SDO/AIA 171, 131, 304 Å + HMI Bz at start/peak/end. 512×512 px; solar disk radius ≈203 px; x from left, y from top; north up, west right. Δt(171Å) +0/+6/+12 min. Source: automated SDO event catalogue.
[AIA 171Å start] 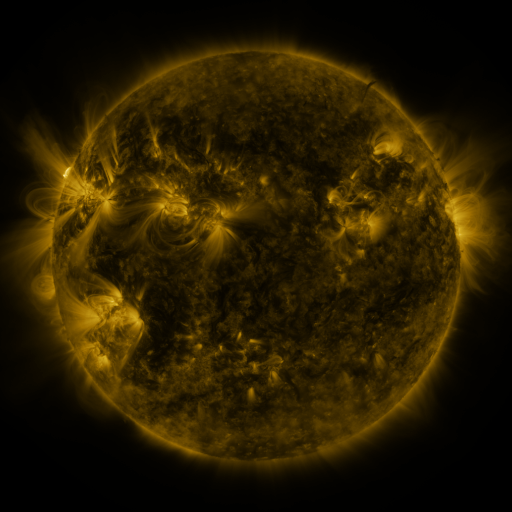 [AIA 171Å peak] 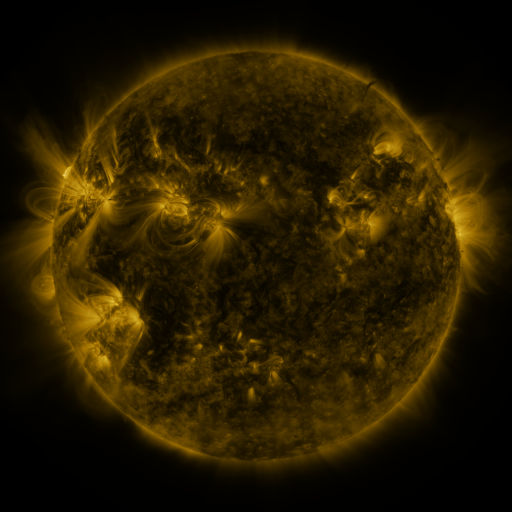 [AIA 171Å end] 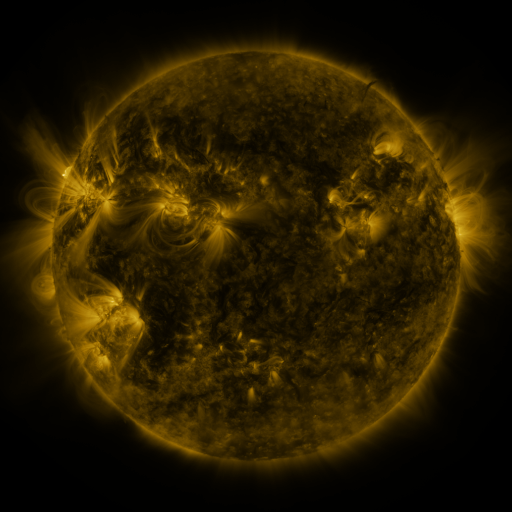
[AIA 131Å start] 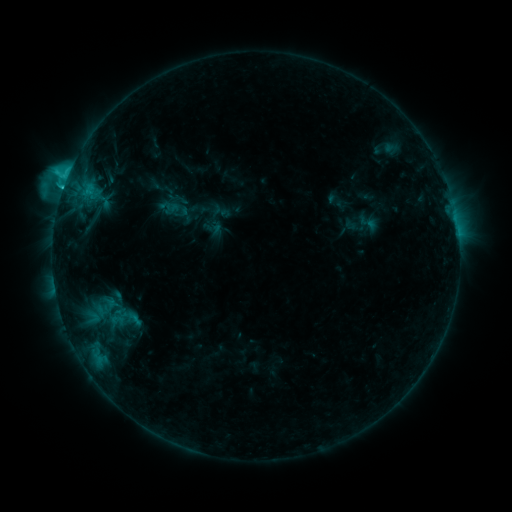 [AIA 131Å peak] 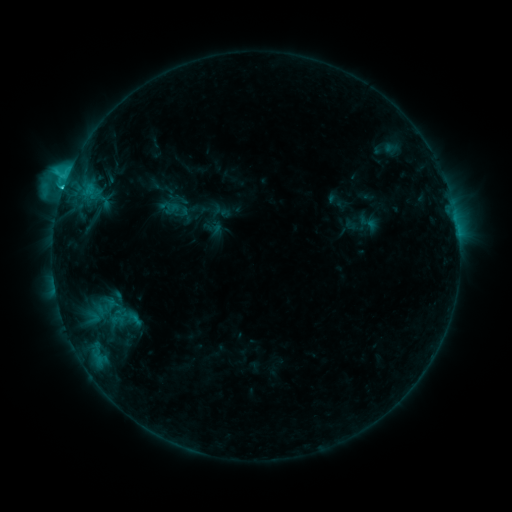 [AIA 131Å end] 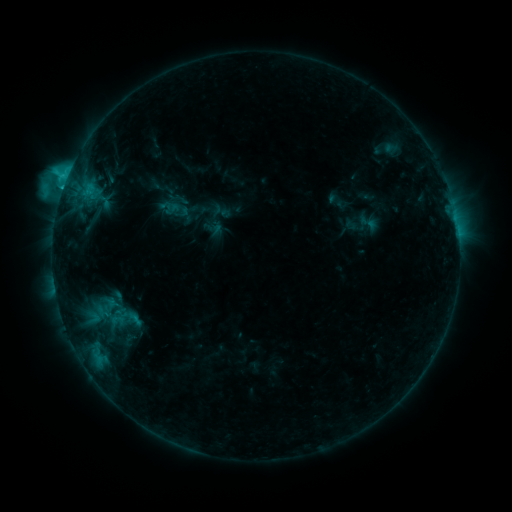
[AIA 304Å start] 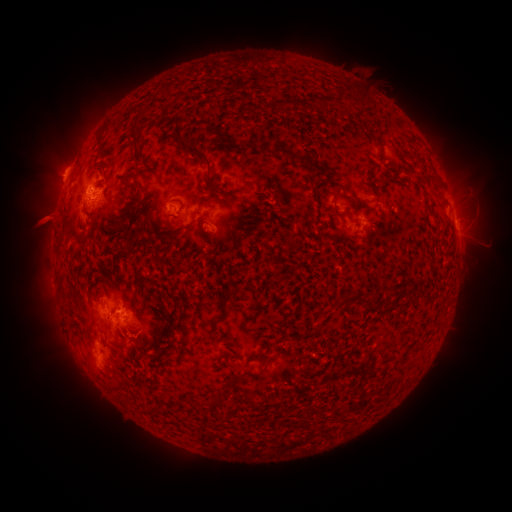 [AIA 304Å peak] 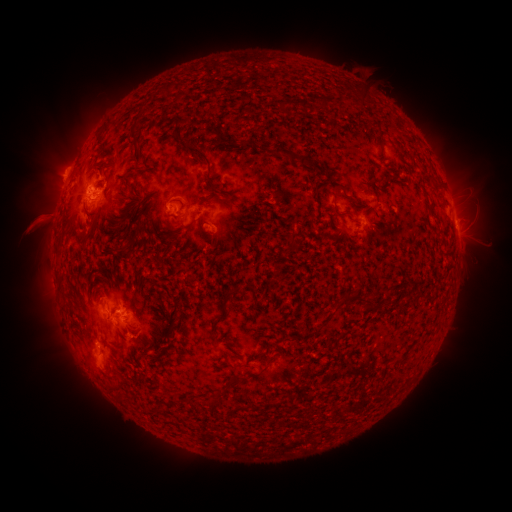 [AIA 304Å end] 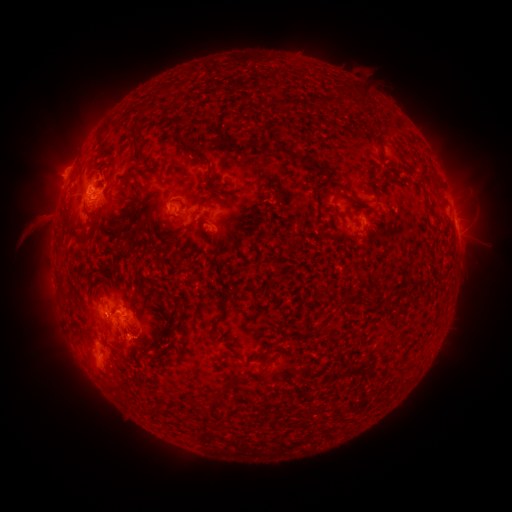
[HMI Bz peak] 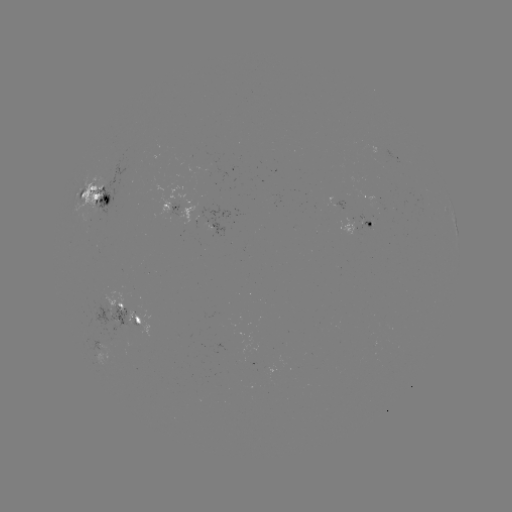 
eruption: [9, 197, 63, 249]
